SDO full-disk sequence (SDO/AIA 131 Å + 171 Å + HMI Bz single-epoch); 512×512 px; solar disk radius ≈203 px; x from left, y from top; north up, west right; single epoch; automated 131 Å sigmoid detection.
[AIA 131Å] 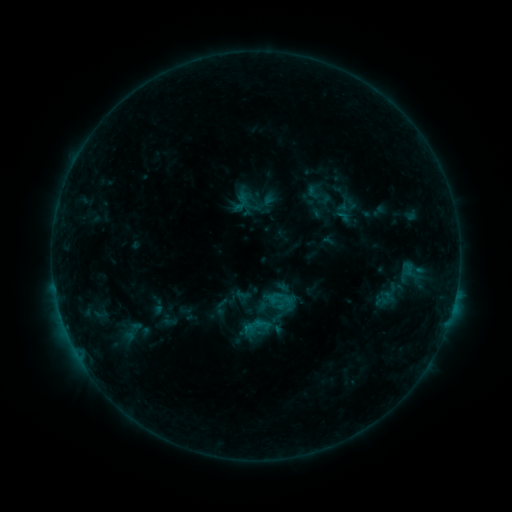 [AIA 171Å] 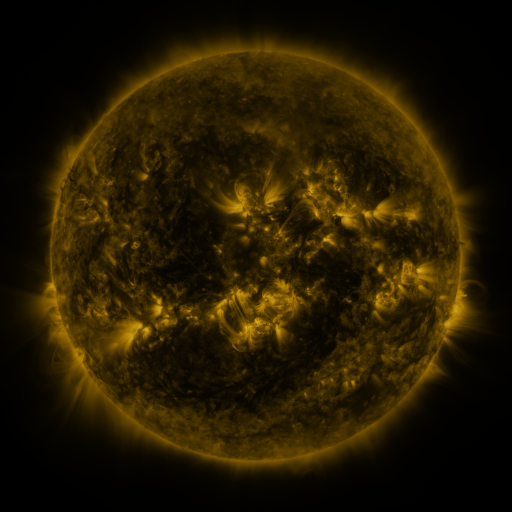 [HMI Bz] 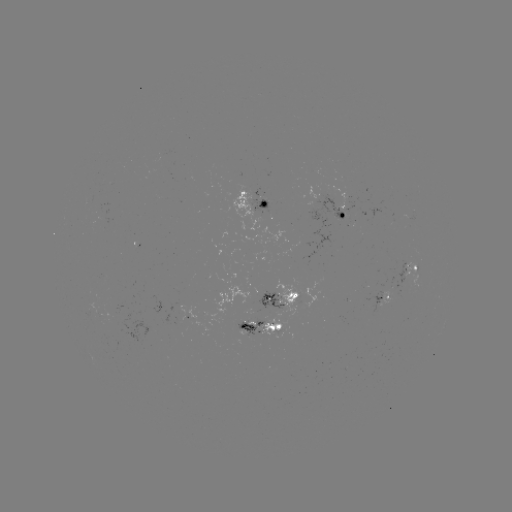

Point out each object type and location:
sigmoid: (301, 179, 336, 209)
